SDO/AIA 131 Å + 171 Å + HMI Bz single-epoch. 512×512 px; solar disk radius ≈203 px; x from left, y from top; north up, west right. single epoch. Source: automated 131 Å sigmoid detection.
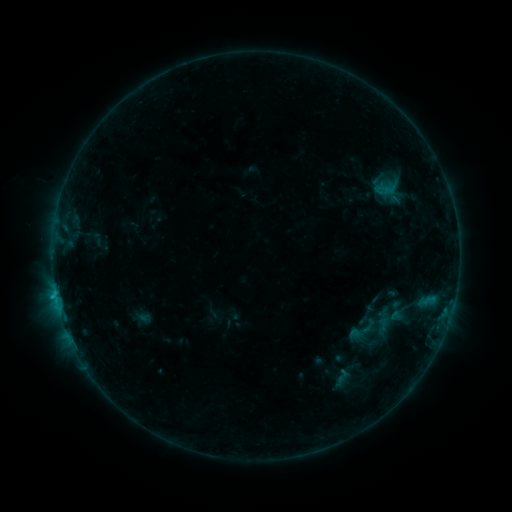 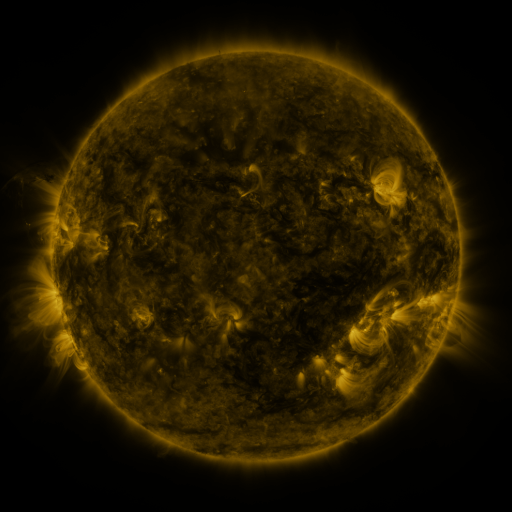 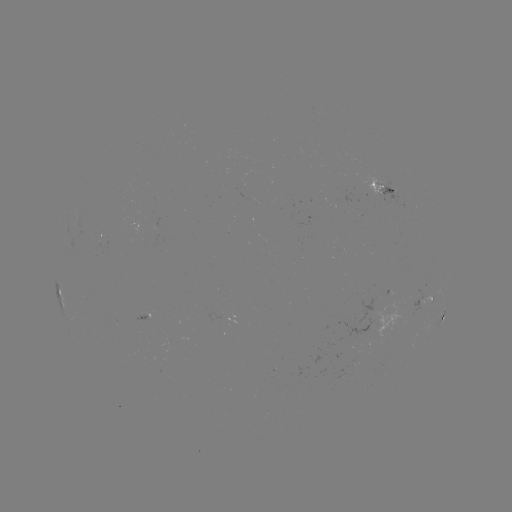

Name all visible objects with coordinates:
sigmoid: <bbox>333, 367, 351, 385</bbox>
